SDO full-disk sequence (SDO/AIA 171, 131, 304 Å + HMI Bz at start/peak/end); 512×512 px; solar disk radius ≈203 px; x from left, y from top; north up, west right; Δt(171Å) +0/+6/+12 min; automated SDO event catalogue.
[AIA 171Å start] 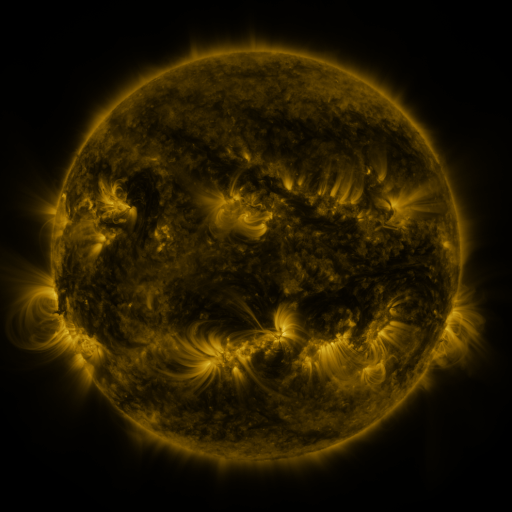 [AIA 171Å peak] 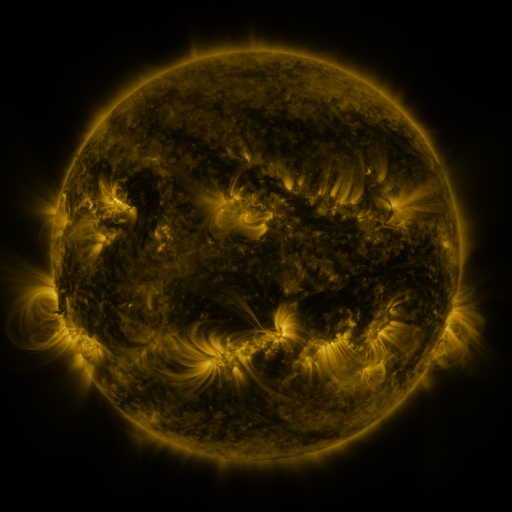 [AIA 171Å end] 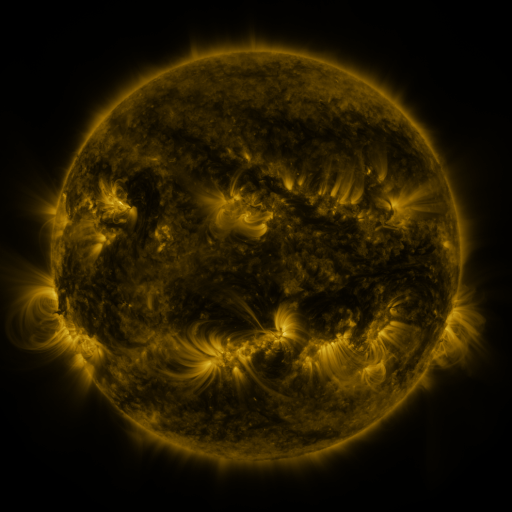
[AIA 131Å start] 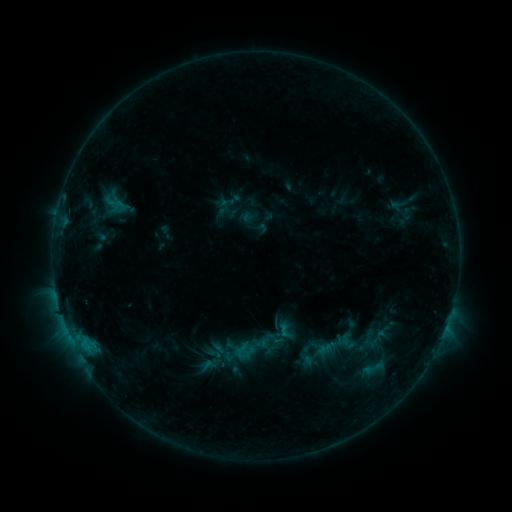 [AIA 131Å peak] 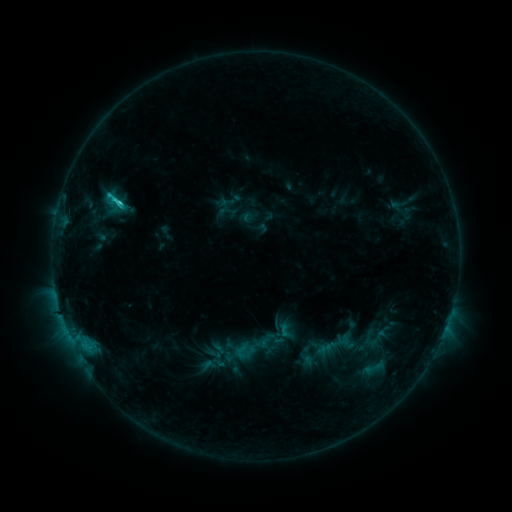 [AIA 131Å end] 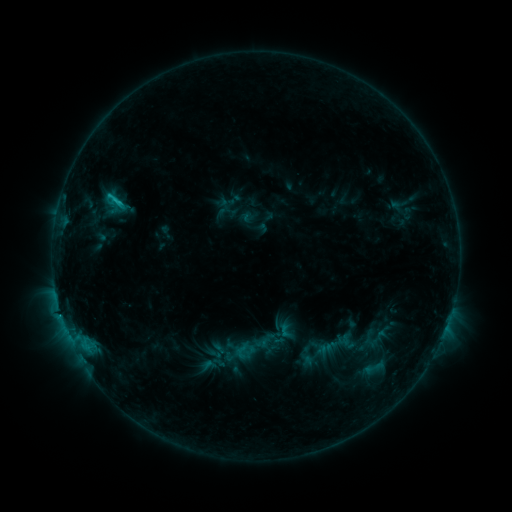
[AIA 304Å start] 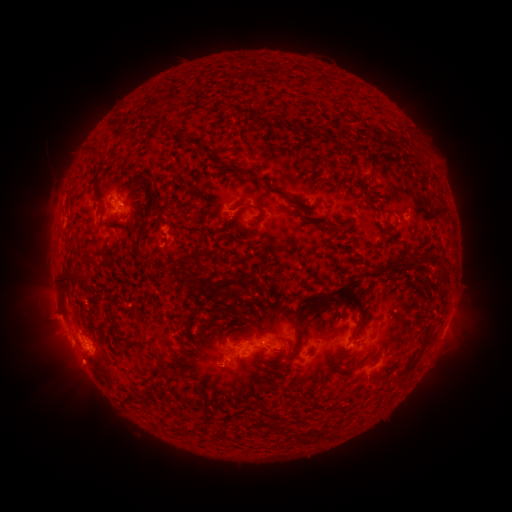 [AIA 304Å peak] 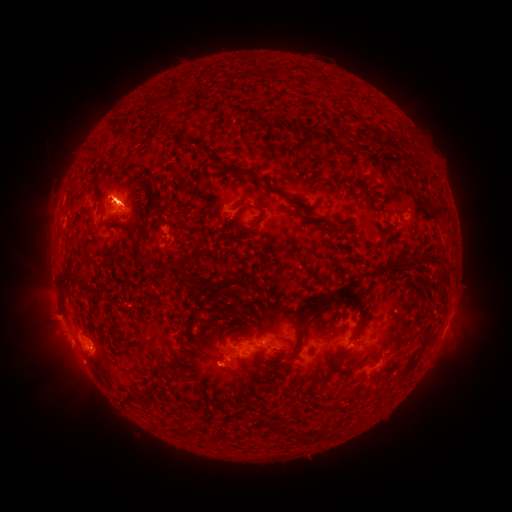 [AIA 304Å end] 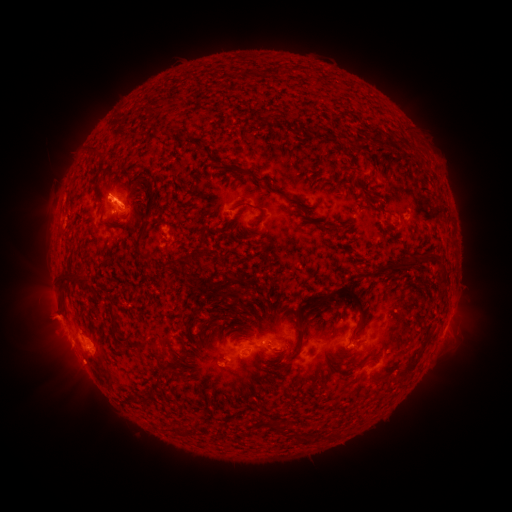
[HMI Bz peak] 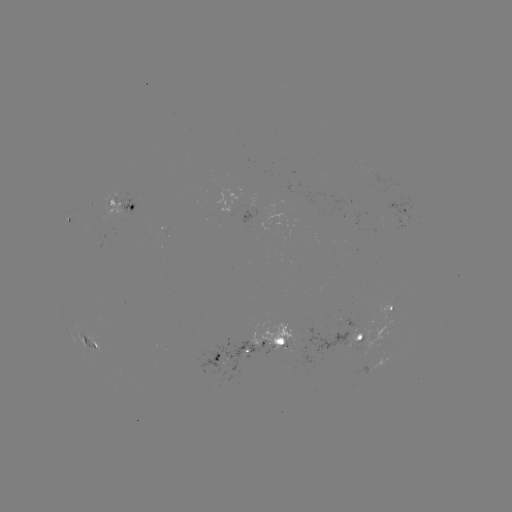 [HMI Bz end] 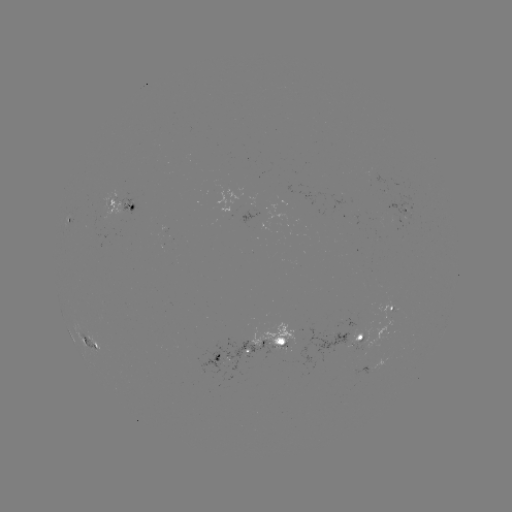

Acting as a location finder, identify eruption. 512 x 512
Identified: (246, 367).